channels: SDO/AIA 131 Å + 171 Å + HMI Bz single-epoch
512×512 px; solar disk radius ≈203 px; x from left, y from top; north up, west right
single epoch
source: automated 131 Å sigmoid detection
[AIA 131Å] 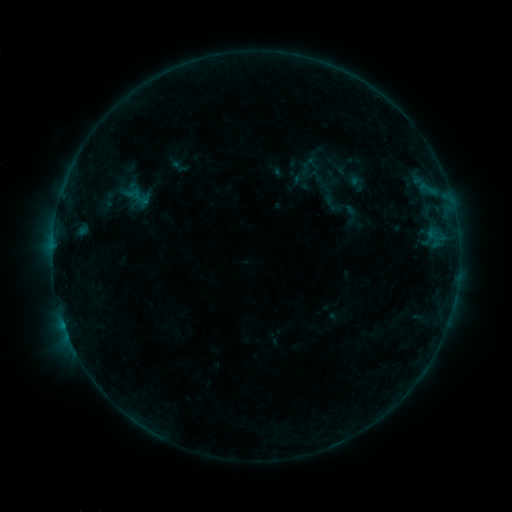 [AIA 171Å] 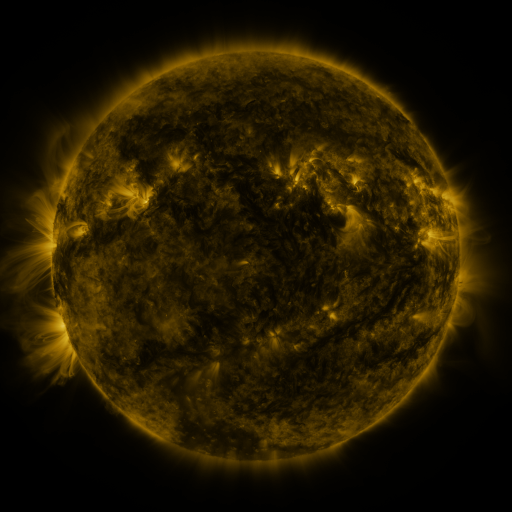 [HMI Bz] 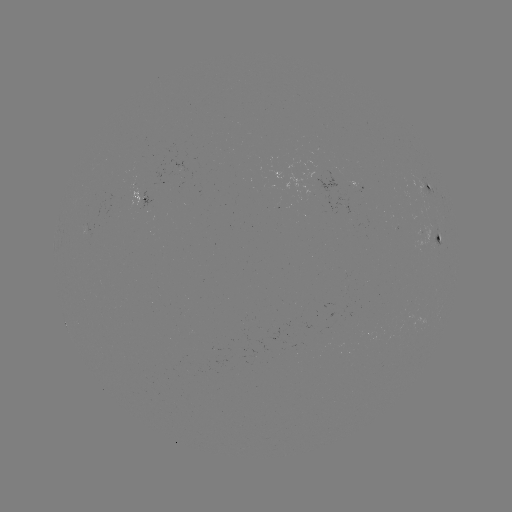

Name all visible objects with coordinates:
sigmoid: (126, 195)
